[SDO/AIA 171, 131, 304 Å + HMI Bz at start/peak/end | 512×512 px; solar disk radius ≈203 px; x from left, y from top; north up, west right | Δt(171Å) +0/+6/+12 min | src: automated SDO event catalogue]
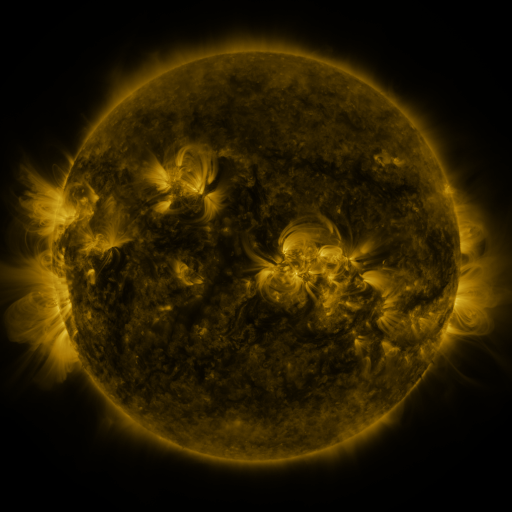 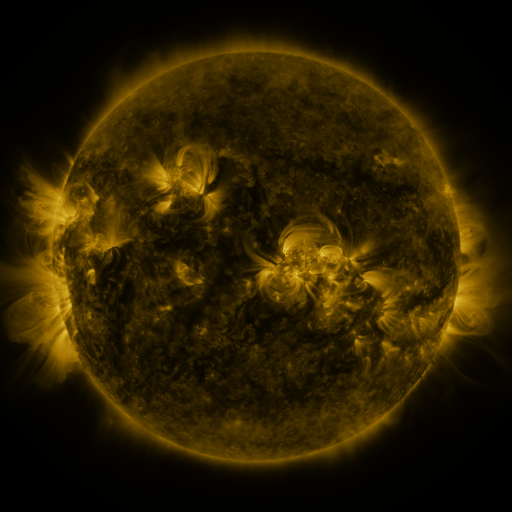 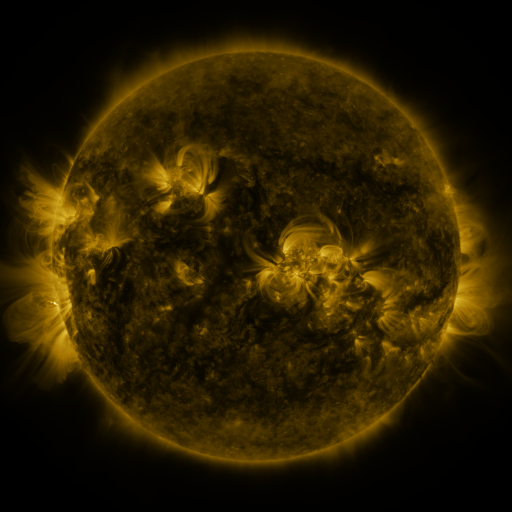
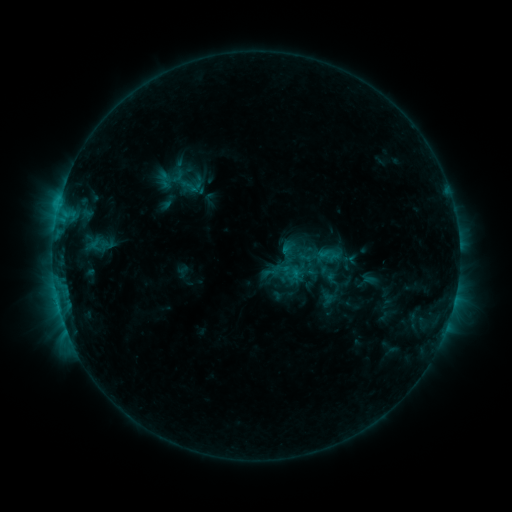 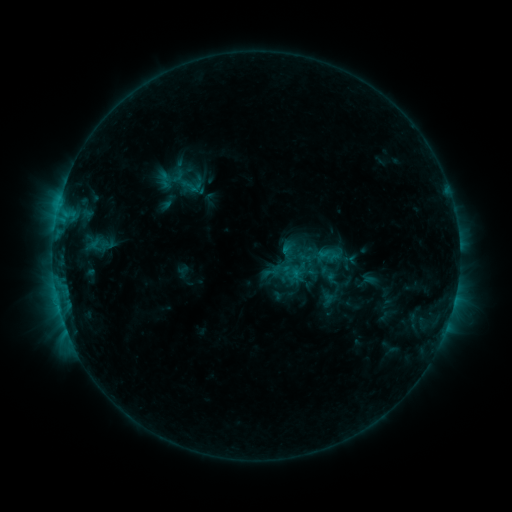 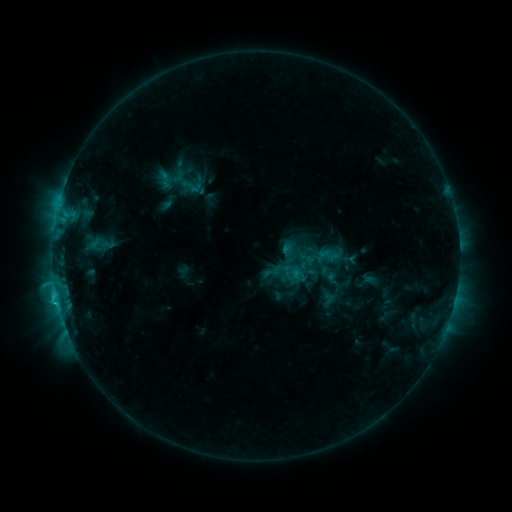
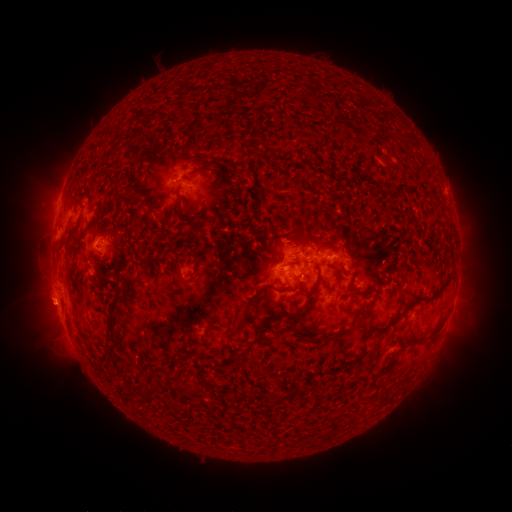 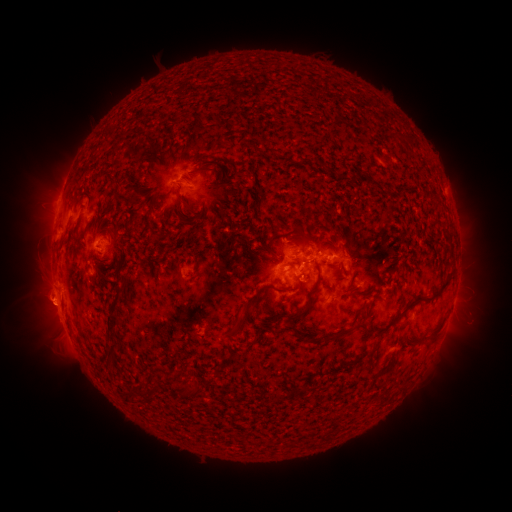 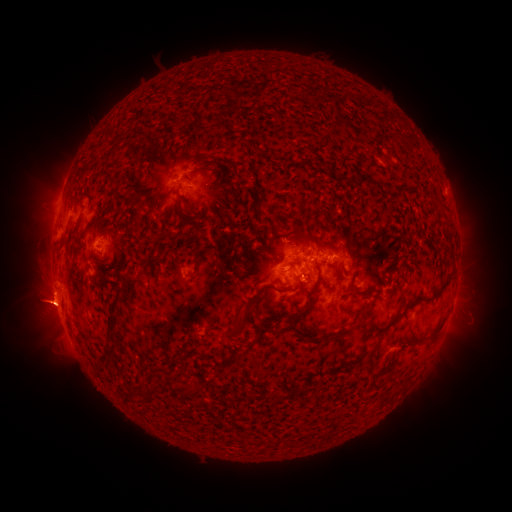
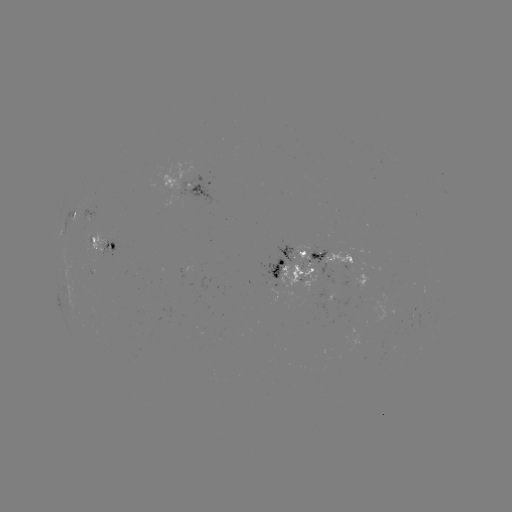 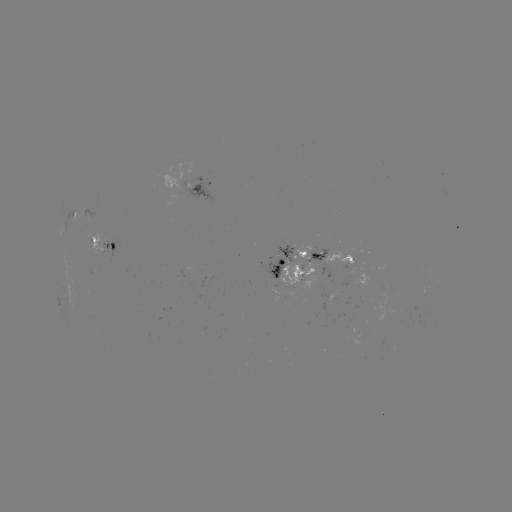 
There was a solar eruption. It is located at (44, 303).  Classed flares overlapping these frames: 3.